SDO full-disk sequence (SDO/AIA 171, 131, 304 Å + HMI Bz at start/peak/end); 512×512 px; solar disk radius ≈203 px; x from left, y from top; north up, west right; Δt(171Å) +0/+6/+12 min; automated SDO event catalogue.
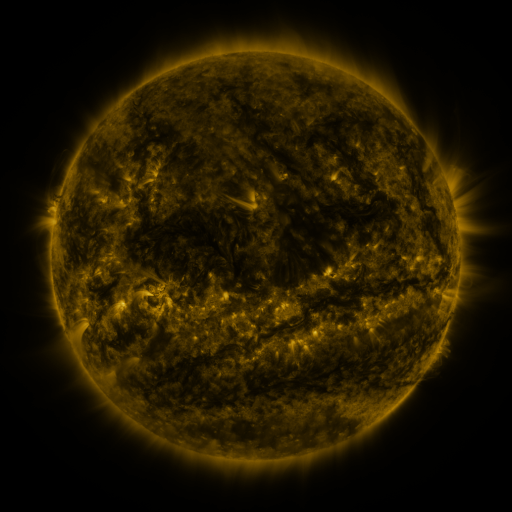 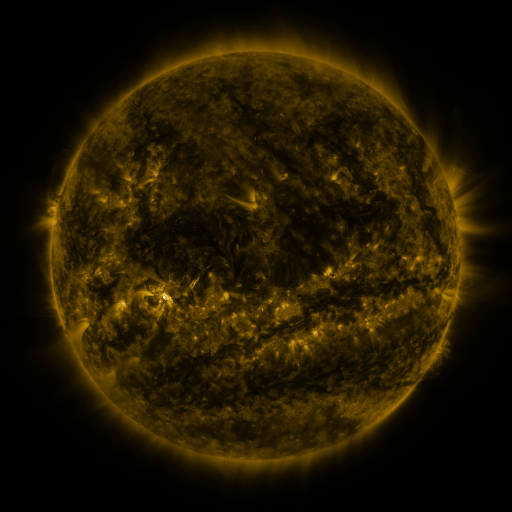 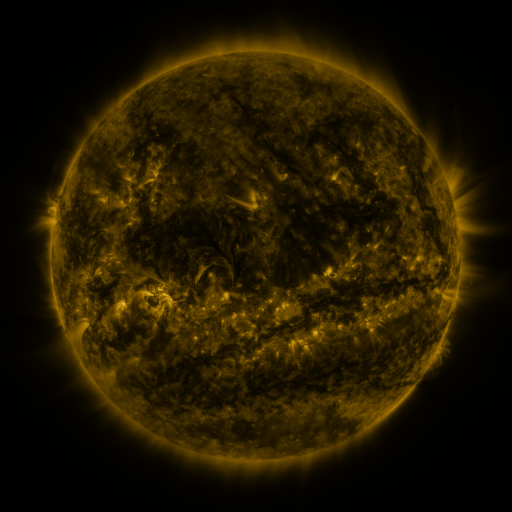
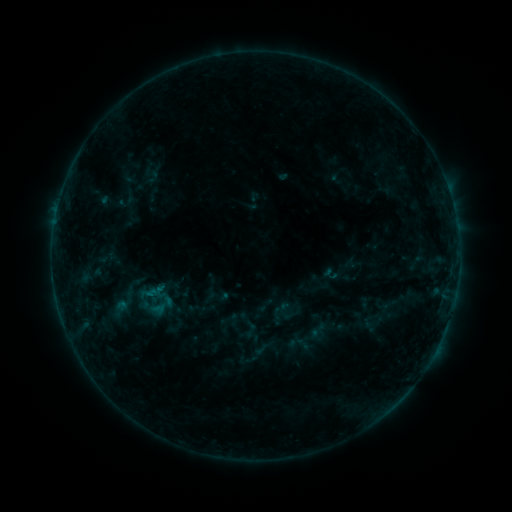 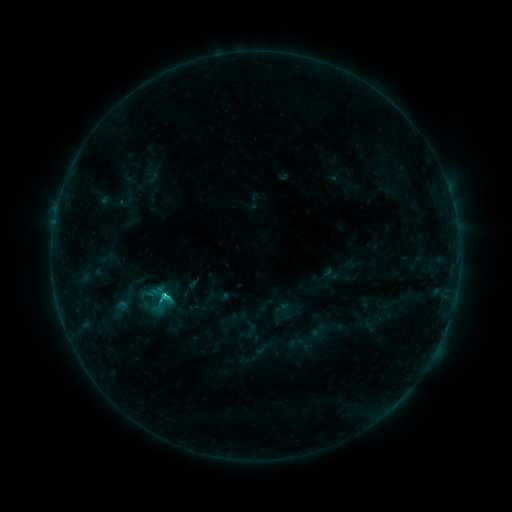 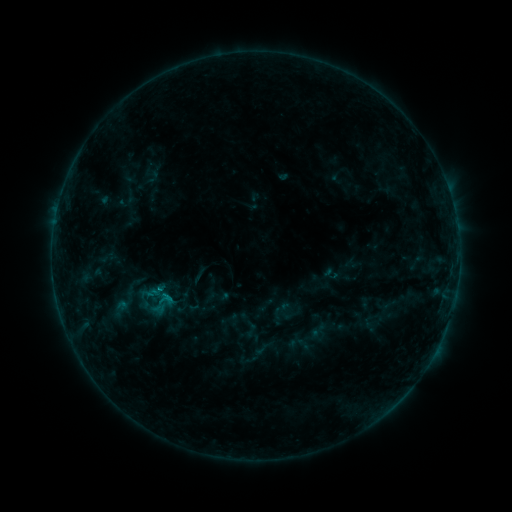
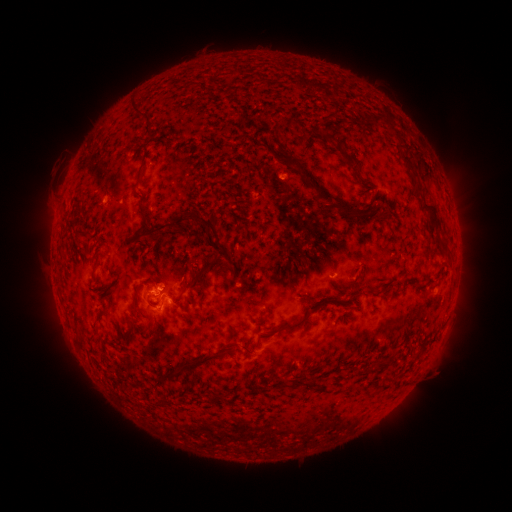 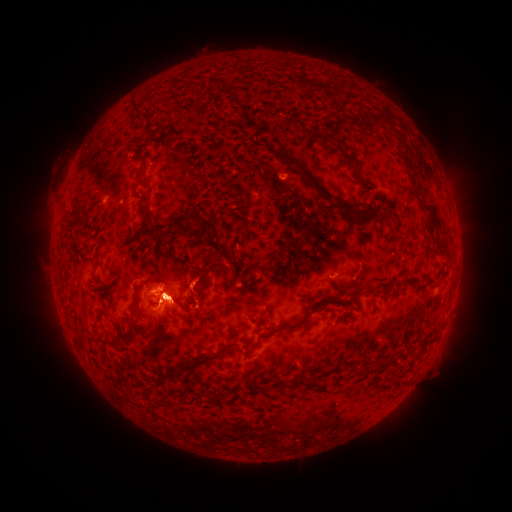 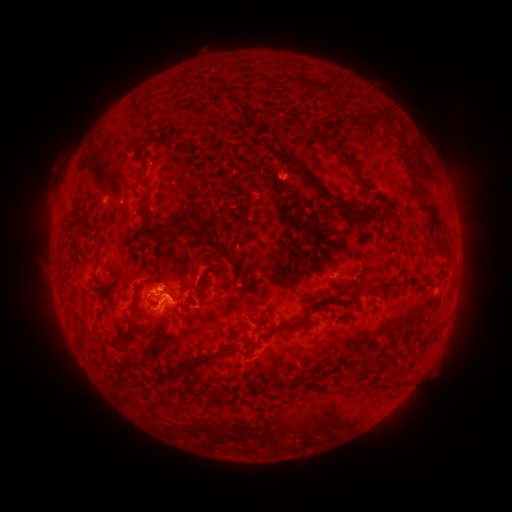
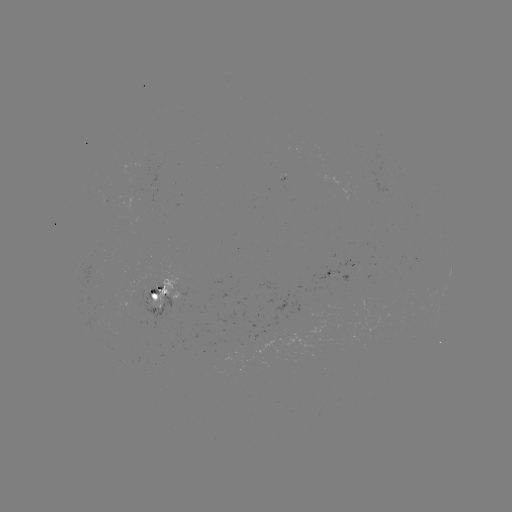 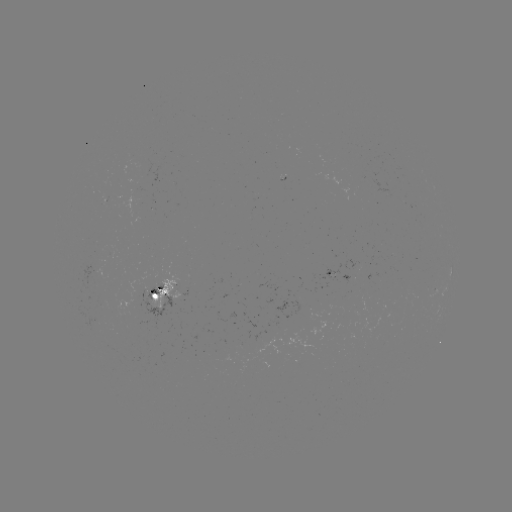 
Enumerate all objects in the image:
C1.3 flare: (167, 293)
